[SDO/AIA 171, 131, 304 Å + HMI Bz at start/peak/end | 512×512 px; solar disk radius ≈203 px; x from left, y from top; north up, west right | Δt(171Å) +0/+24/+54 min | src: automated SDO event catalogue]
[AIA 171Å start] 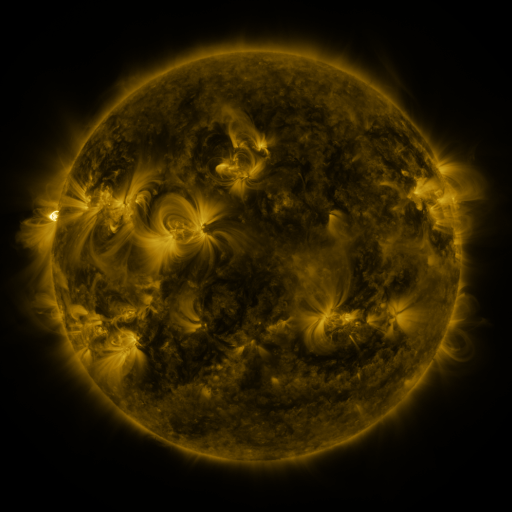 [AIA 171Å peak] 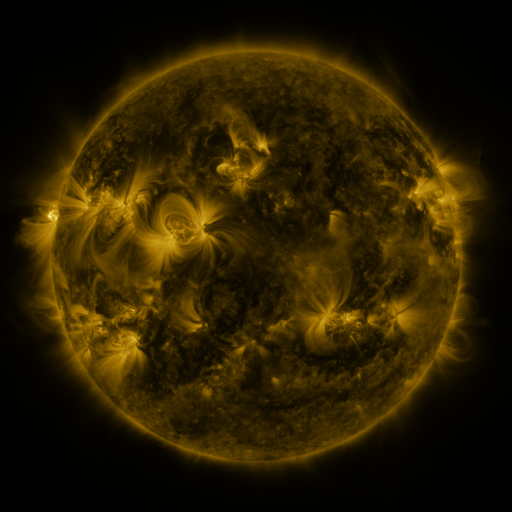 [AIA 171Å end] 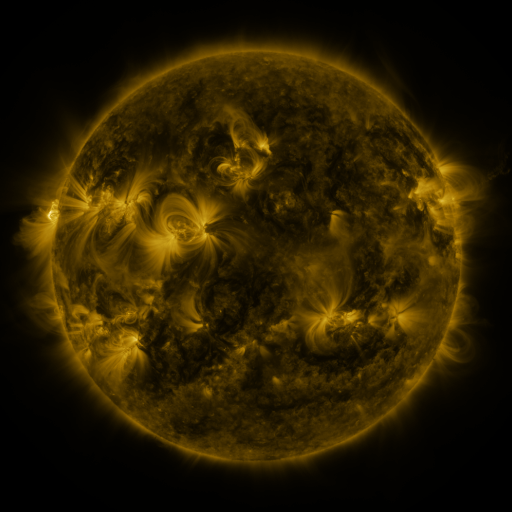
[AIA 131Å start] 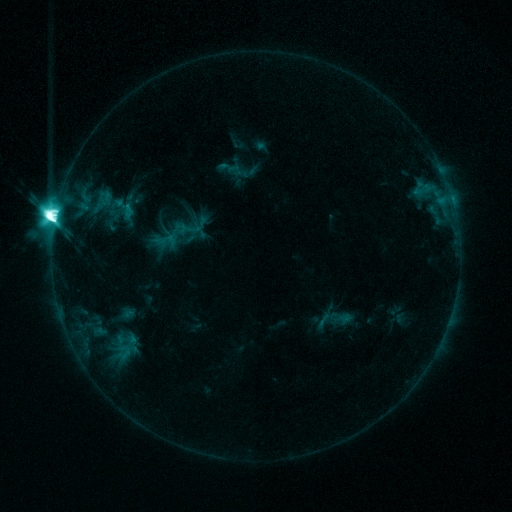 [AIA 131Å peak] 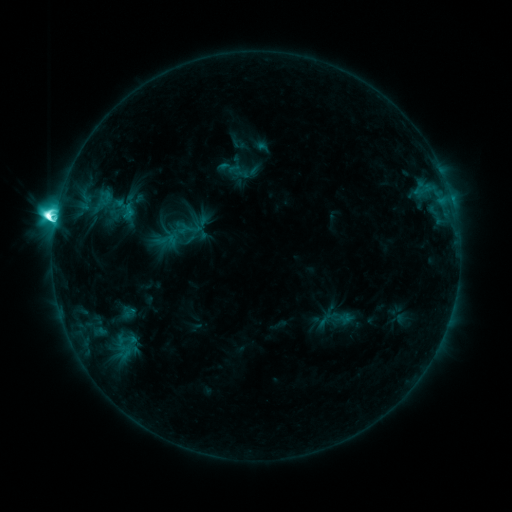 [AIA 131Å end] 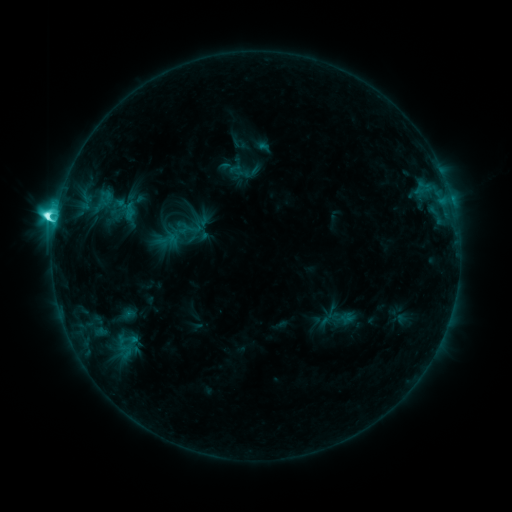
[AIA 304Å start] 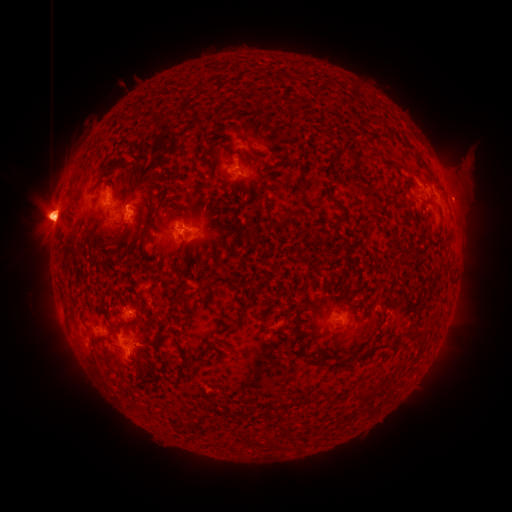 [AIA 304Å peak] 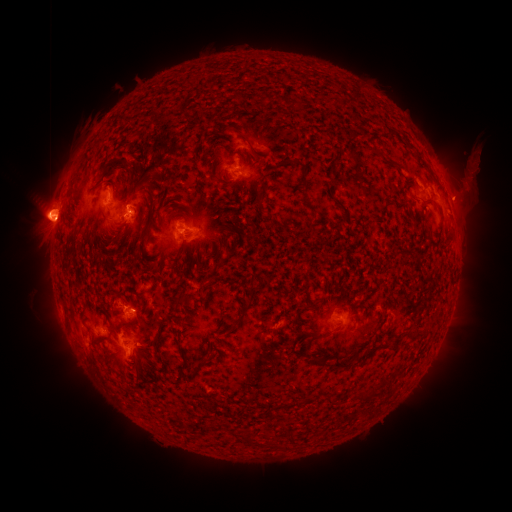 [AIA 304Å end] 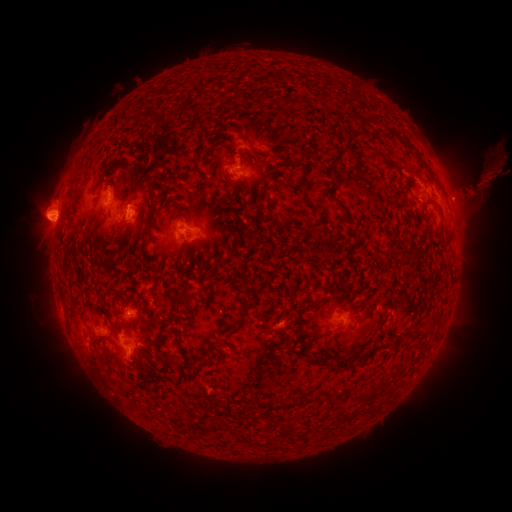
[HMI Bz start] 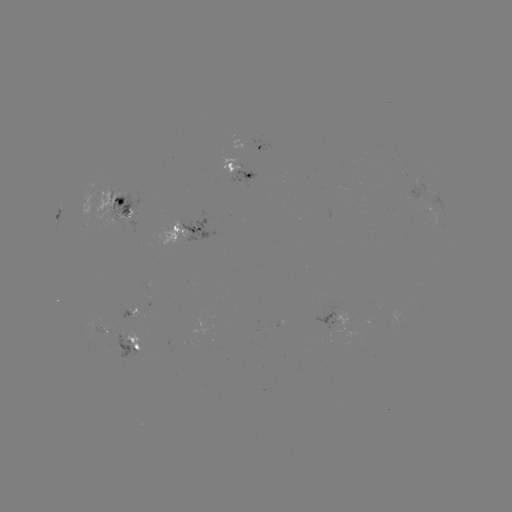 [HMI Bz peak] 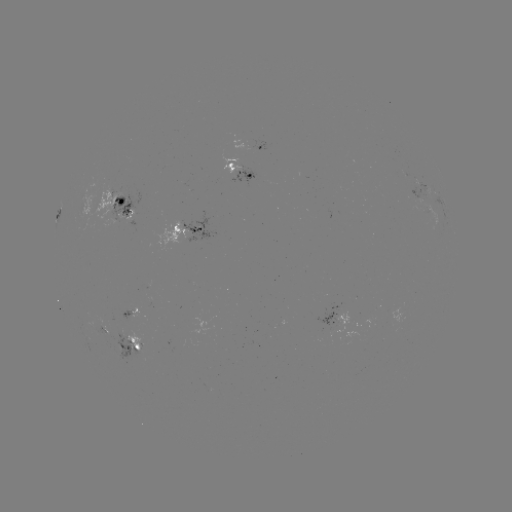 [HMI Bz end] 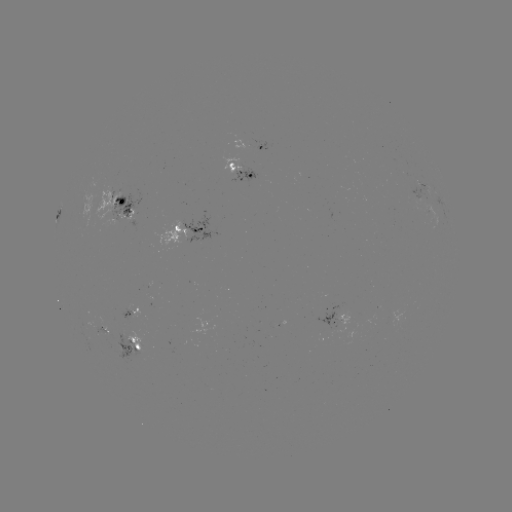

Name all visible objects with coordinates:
eruption: (474, 172)
